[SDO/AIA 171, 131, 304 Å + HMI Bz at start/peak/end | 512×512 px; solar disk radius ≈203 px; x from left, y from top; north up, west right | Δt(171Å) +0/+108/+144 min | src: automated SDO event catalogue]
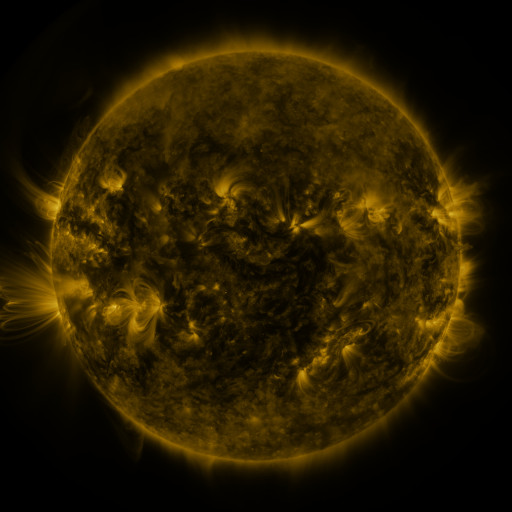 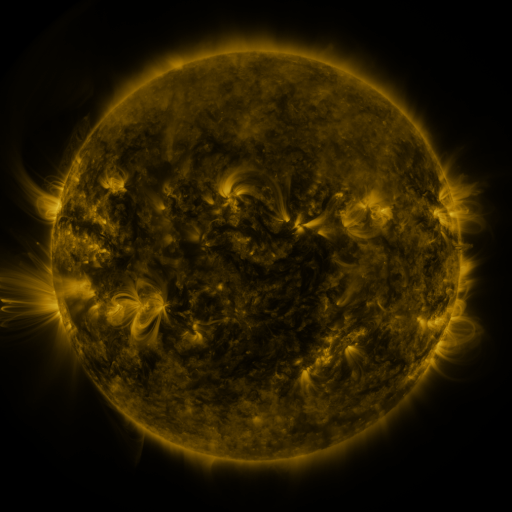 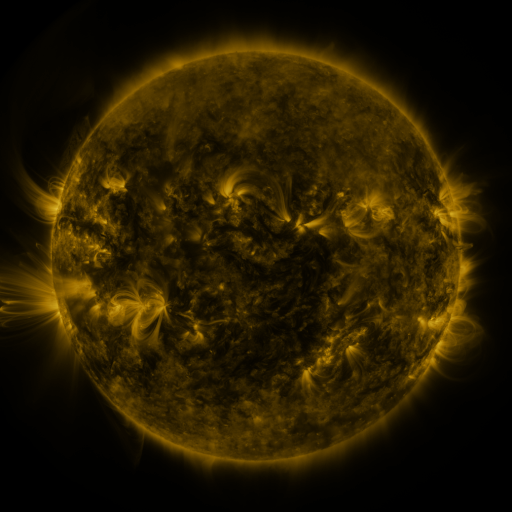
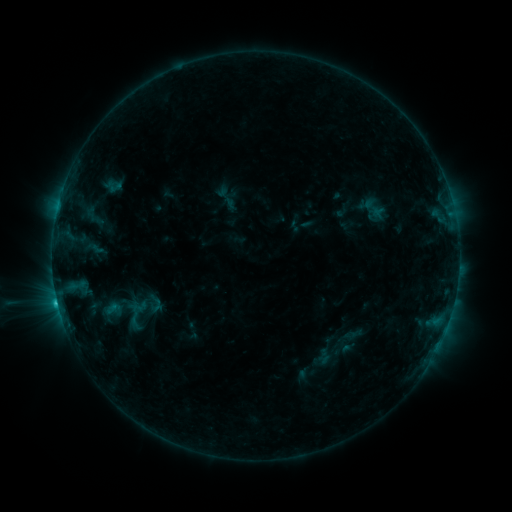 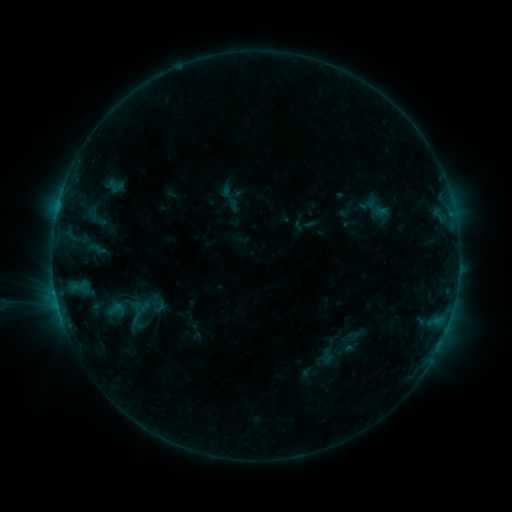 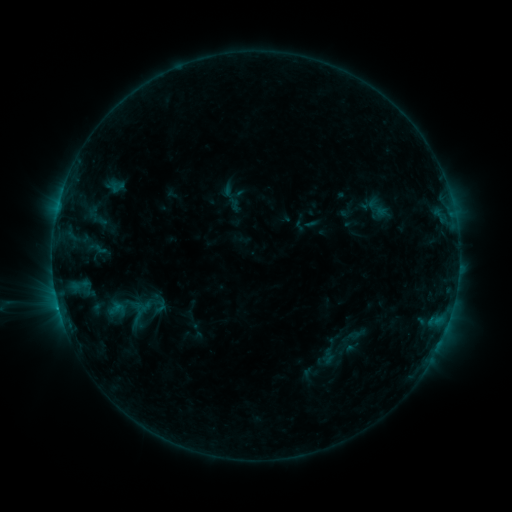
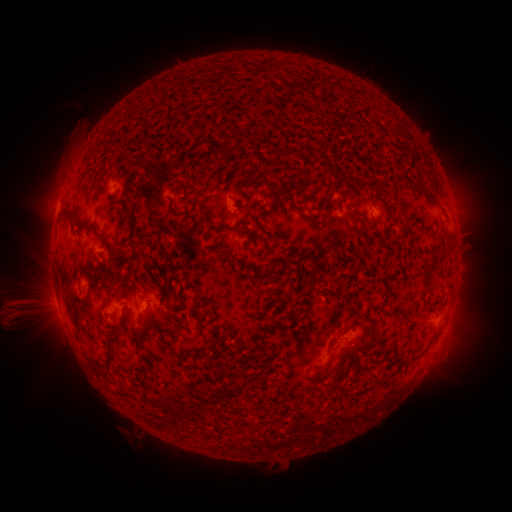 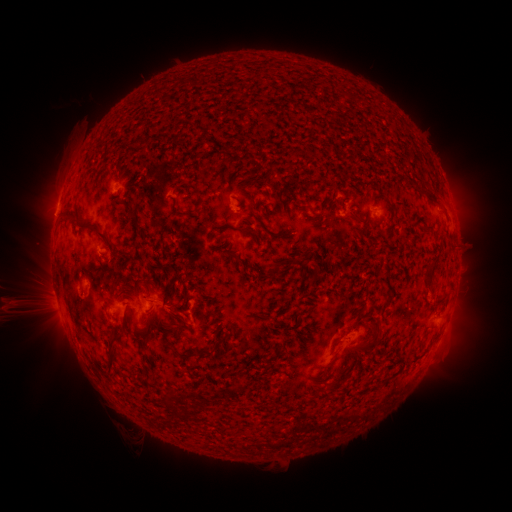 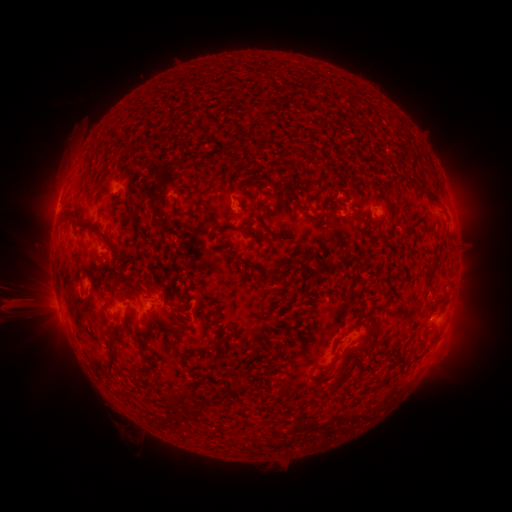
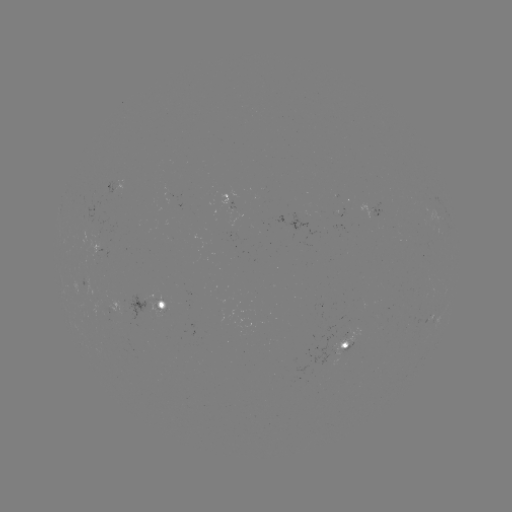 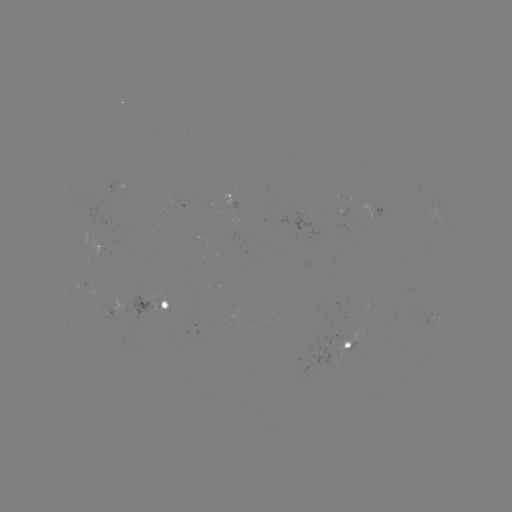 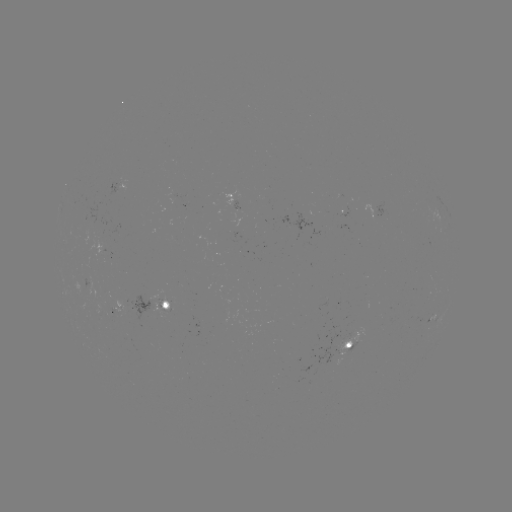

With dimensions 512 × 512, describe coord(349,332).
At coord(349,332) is emerging-flux region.